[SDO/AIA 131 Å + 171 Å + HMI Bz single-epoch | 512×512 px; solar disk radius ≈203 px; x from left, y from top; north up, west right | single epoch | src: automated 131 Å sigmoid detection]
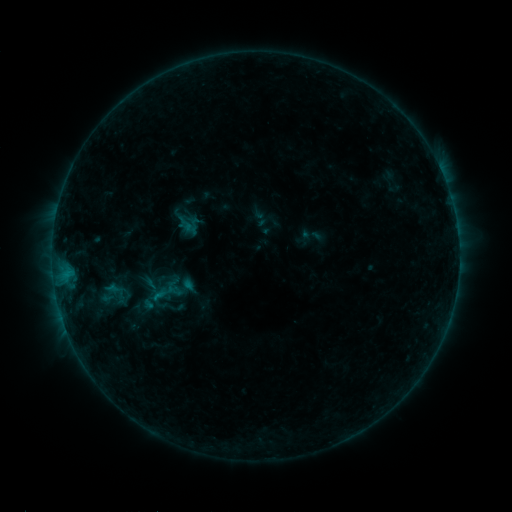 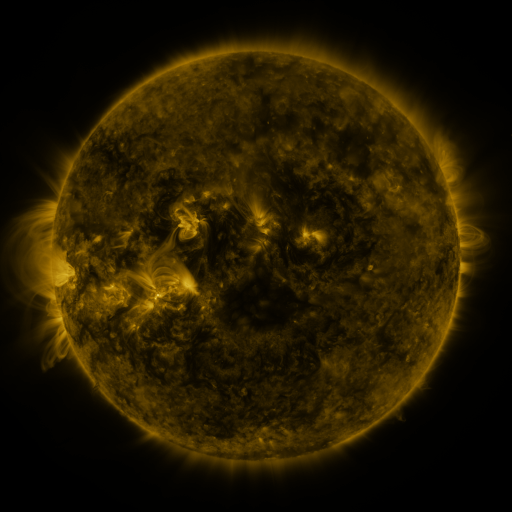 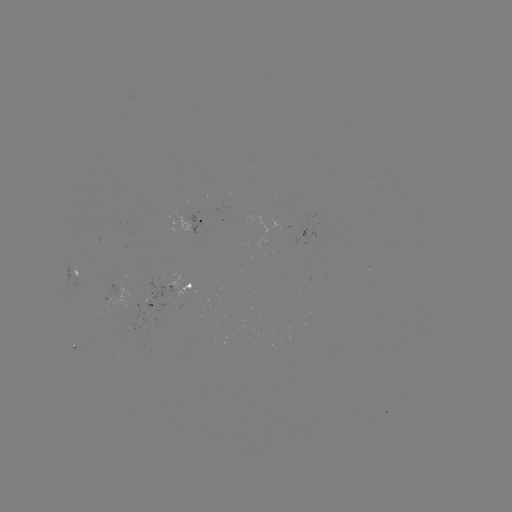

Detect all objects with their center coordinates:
sigmoid: (162, 293)
sigmoid: (113, 295)
